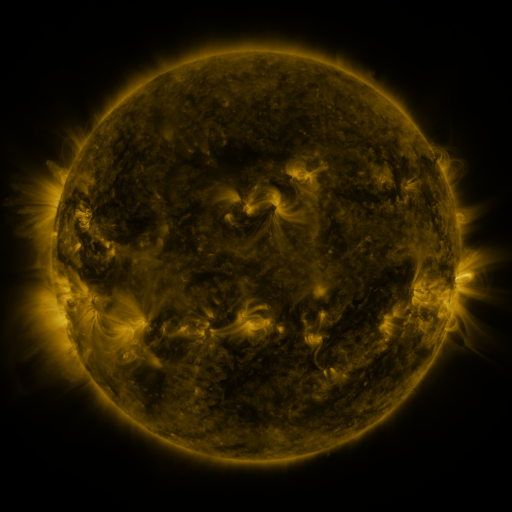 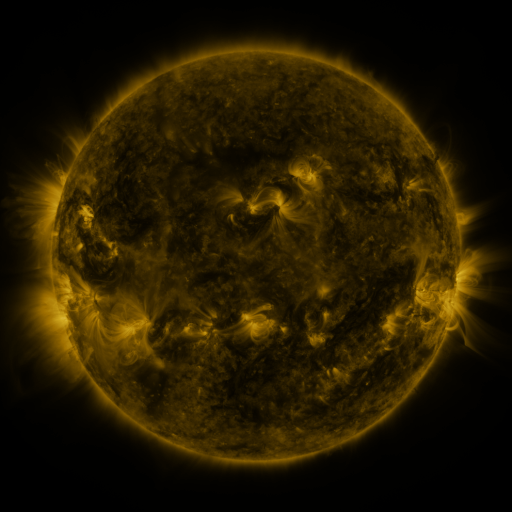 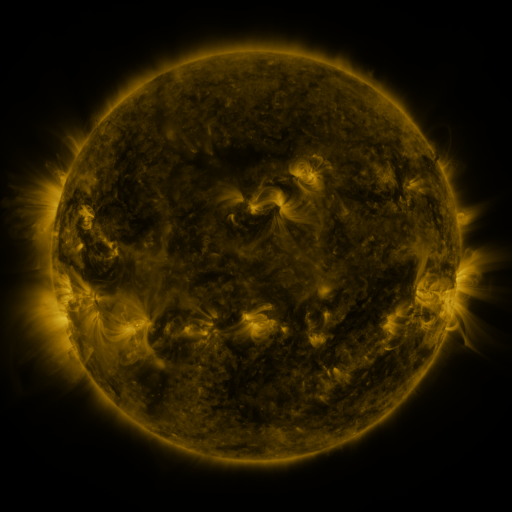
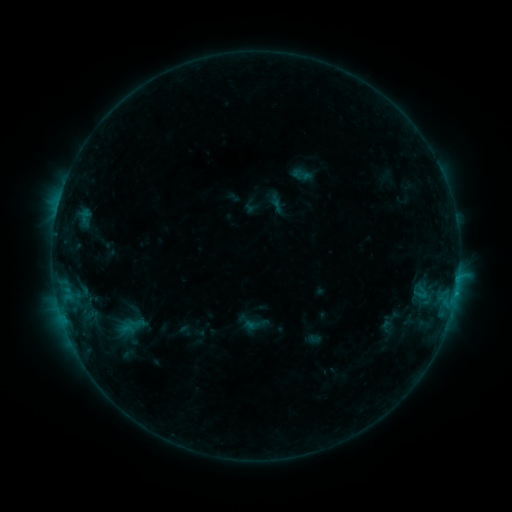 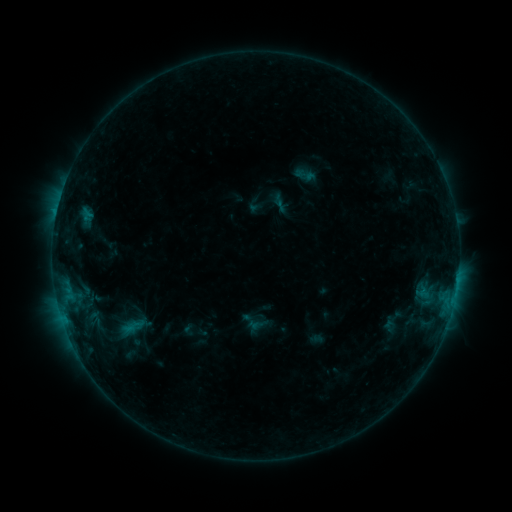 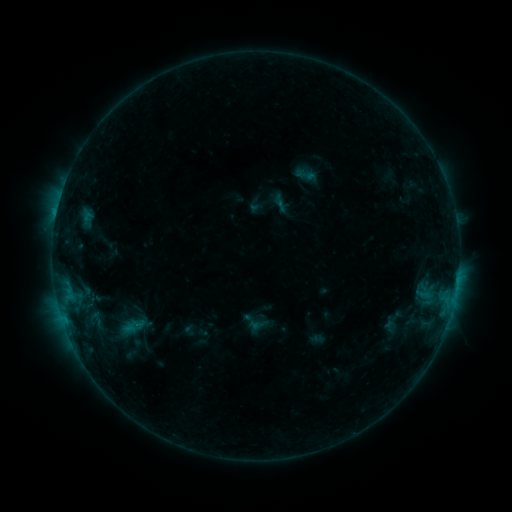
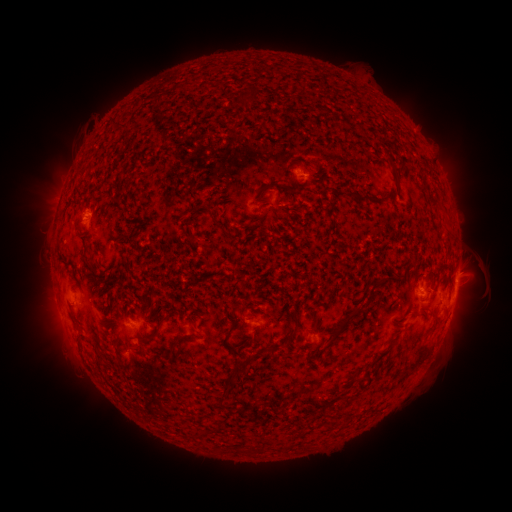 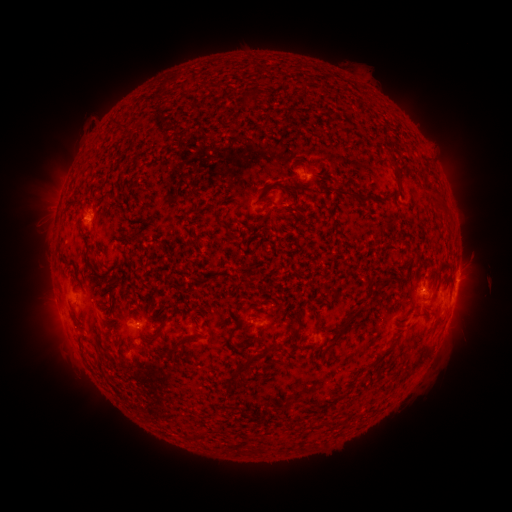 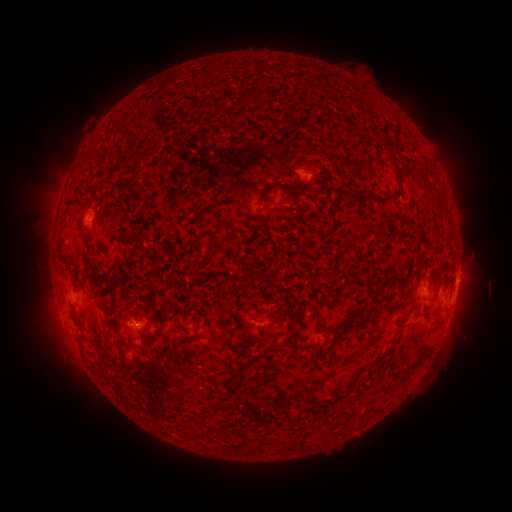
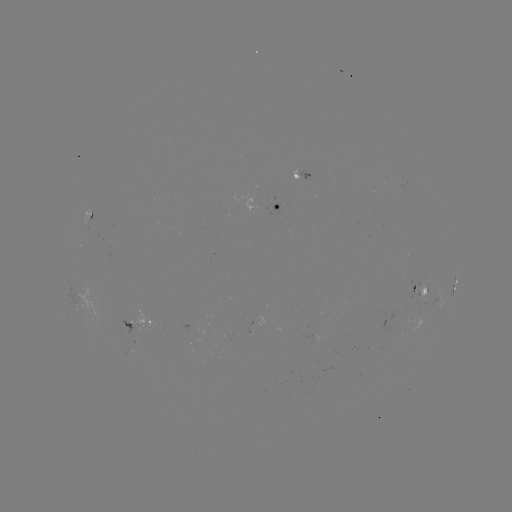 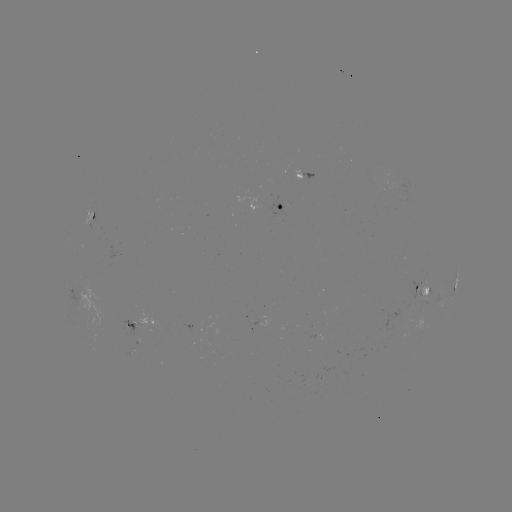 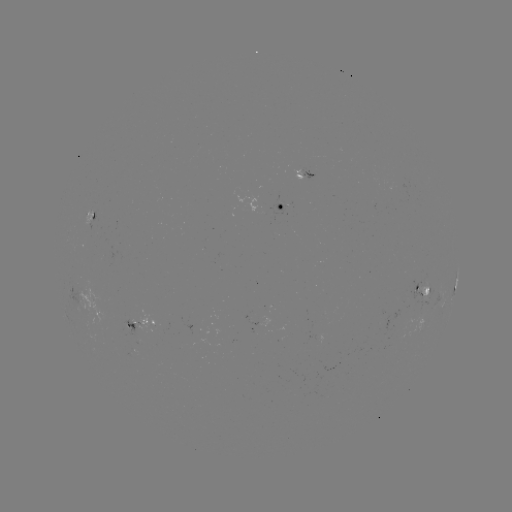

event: emerging-flux region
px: (90, 220)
